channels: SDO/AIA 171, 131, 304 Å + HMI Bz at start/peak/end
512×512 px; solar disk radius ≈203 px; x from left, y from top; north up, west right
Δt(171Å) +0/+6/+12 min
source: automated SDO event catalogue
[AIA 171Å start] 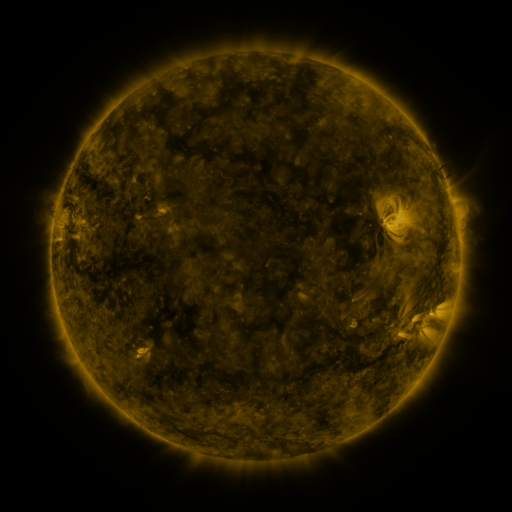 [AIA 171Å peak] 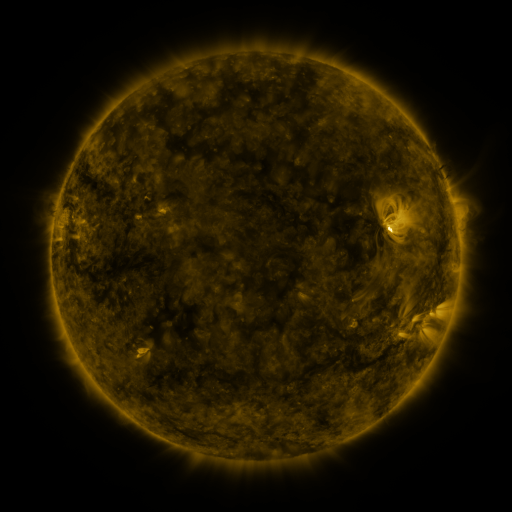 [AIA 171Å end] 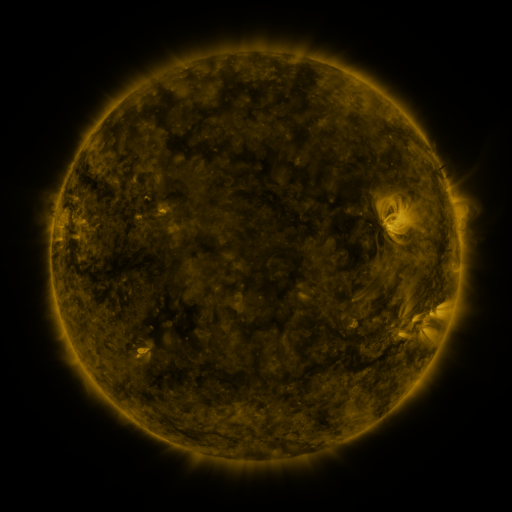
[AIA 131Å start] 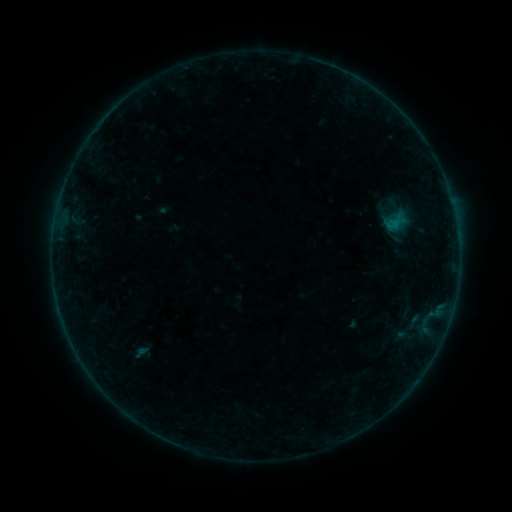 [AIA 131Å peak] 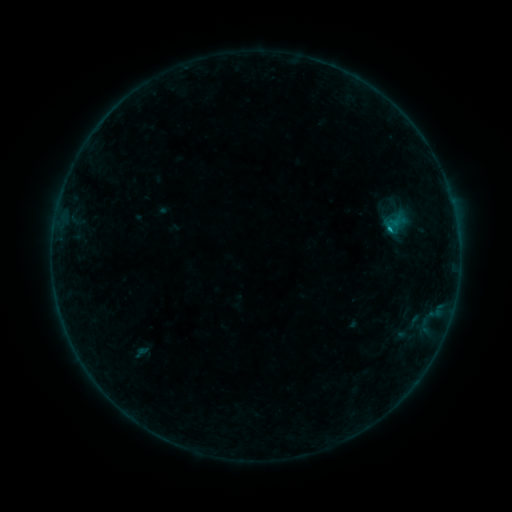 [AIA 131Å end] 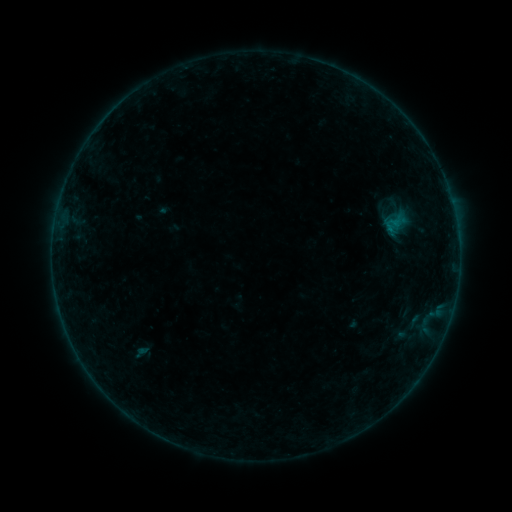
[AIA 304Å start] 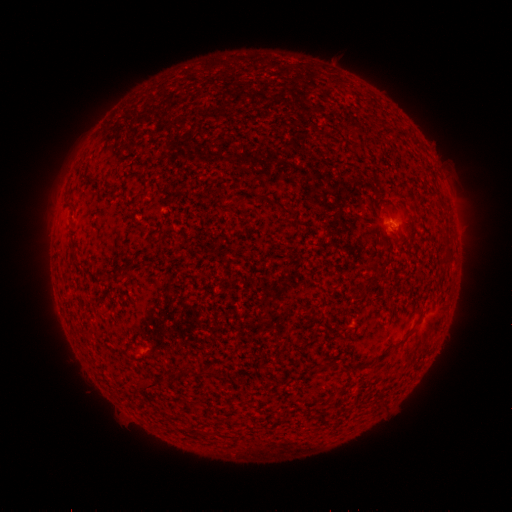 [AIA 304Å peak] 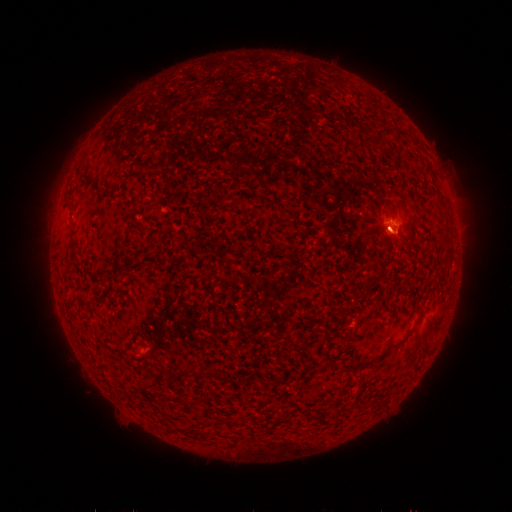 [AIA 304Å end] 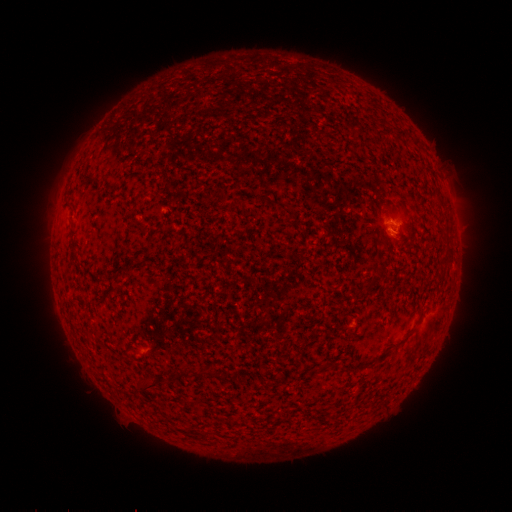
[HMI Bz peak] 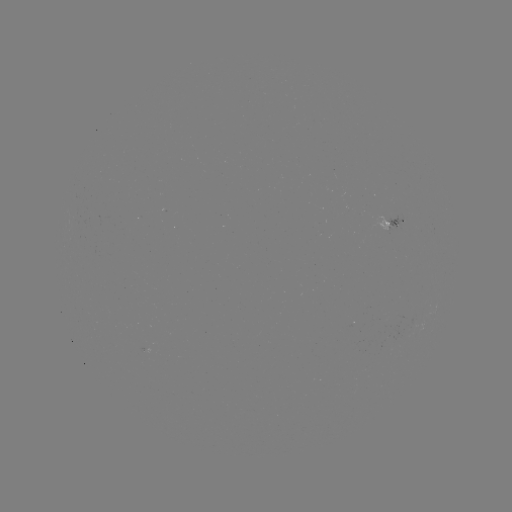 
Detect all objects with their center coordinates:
B1.3 flare: (389, 230)
